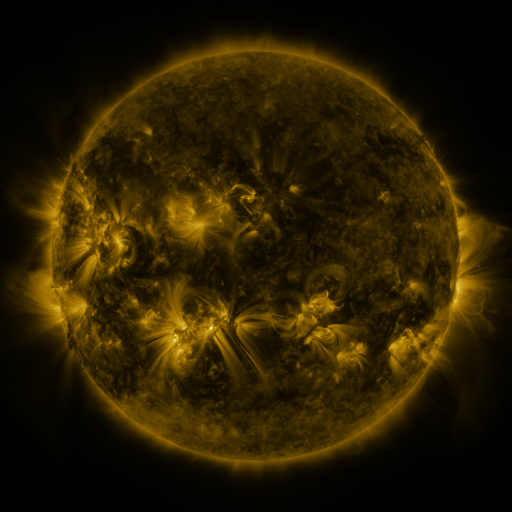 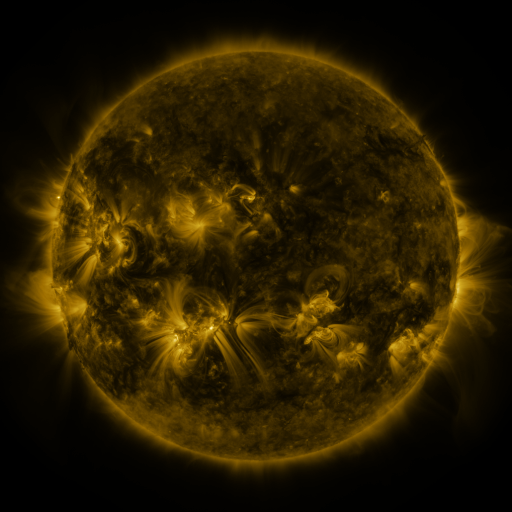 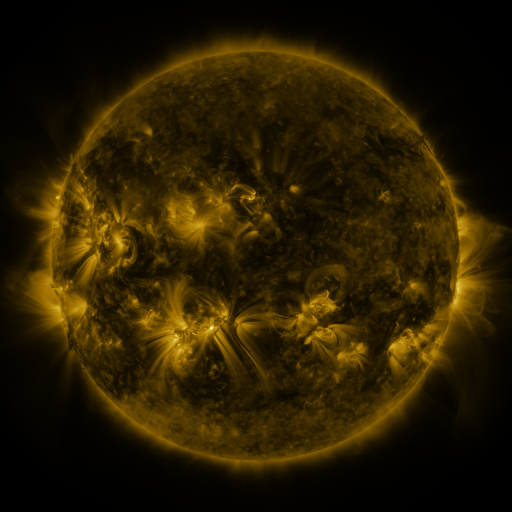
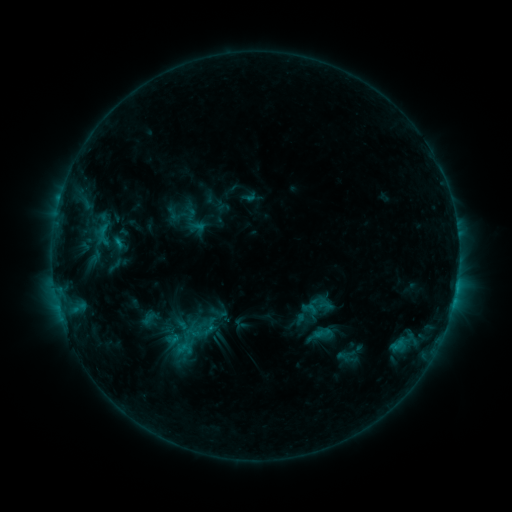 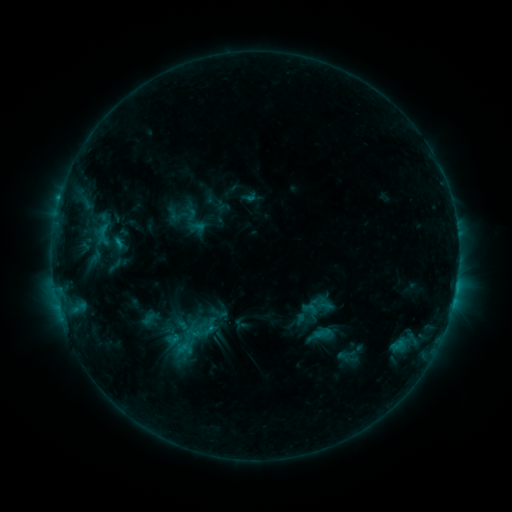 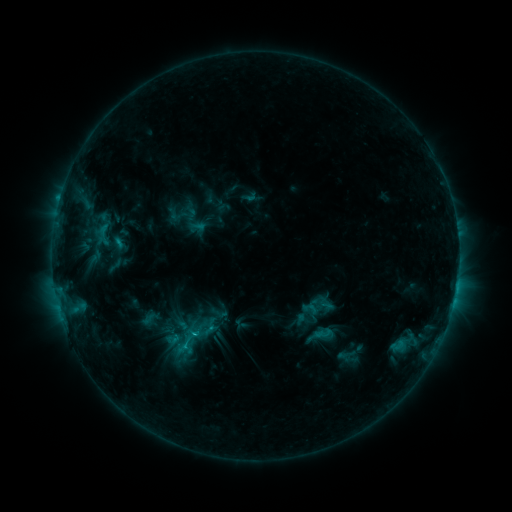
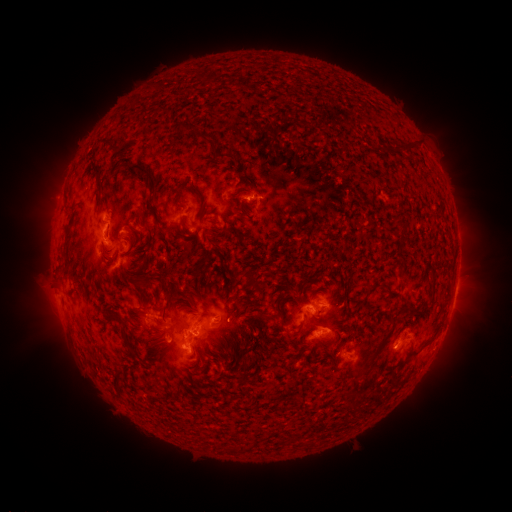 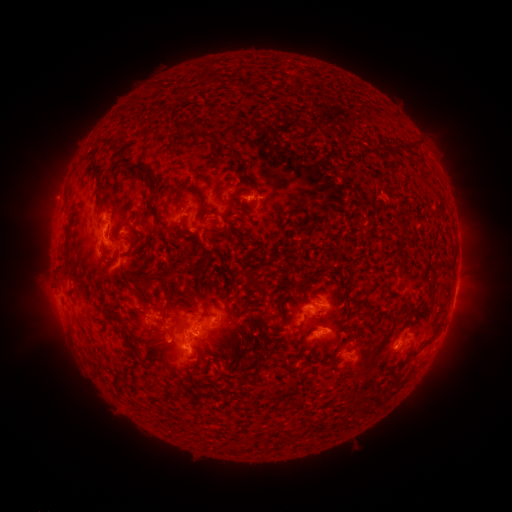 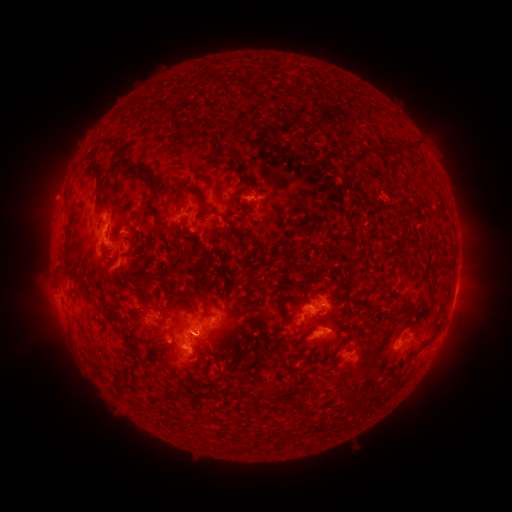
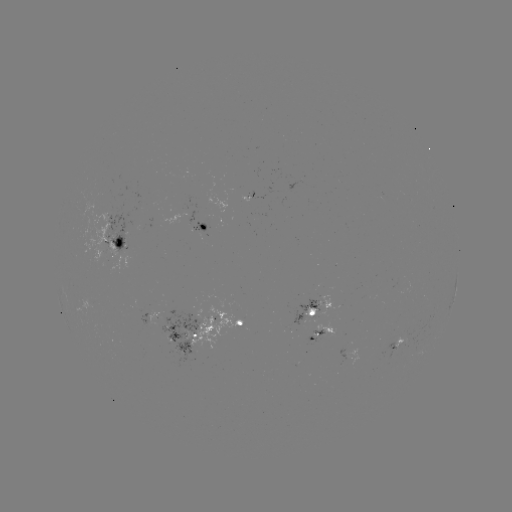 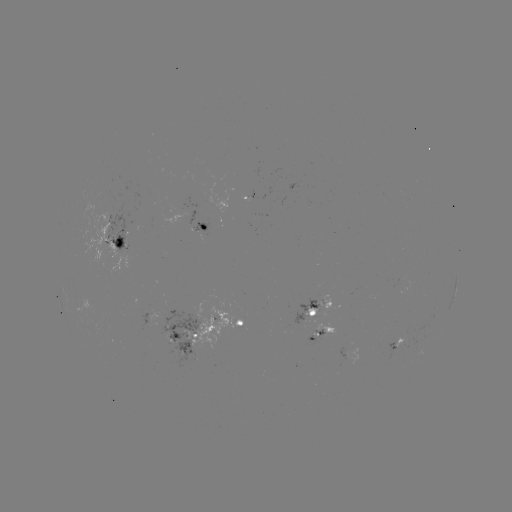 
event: flare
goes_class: C1.5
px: (196, 331)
